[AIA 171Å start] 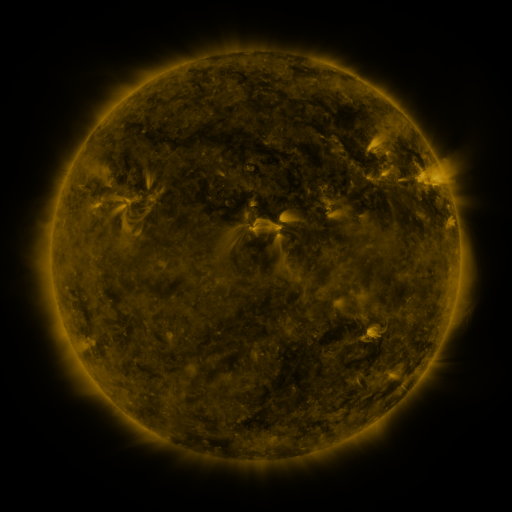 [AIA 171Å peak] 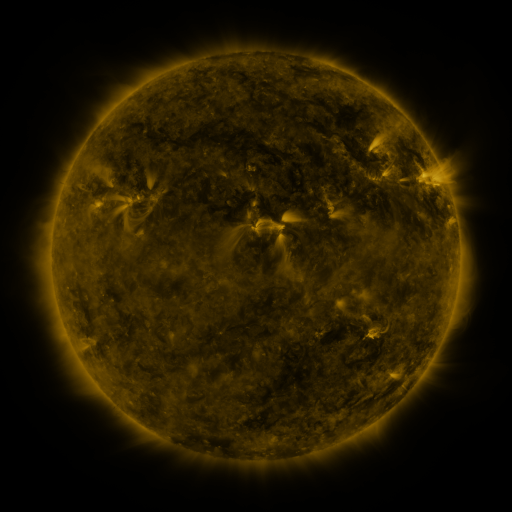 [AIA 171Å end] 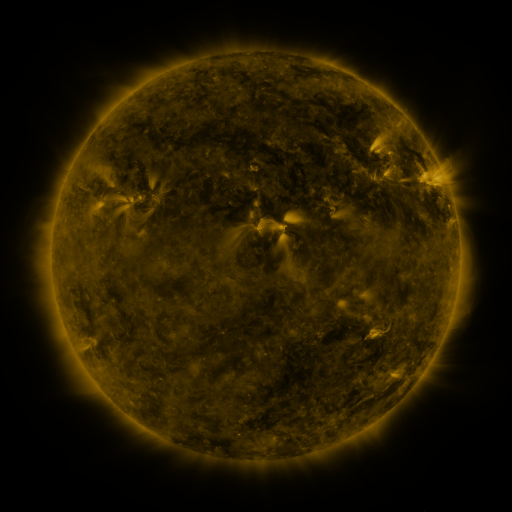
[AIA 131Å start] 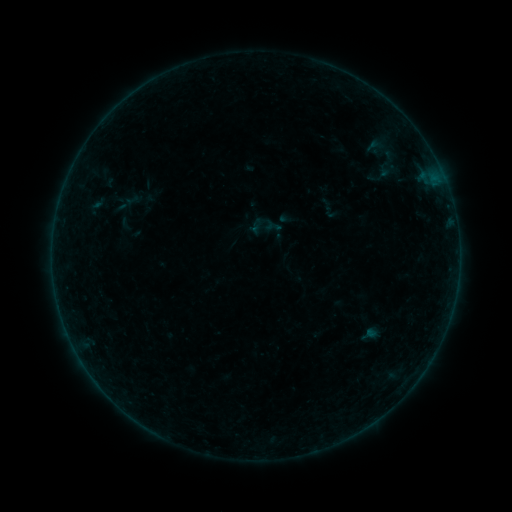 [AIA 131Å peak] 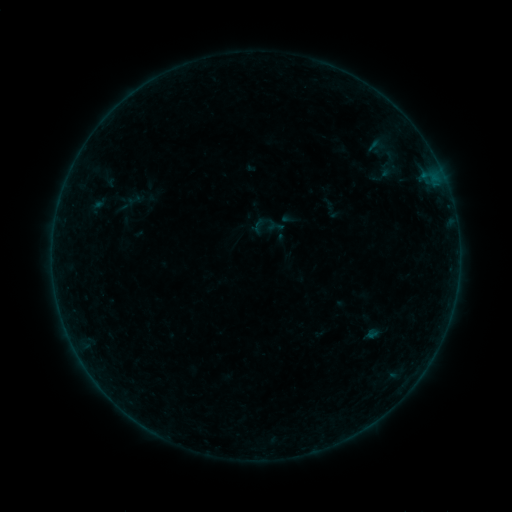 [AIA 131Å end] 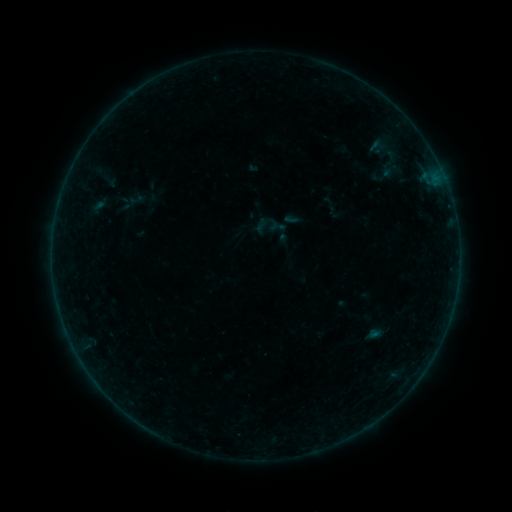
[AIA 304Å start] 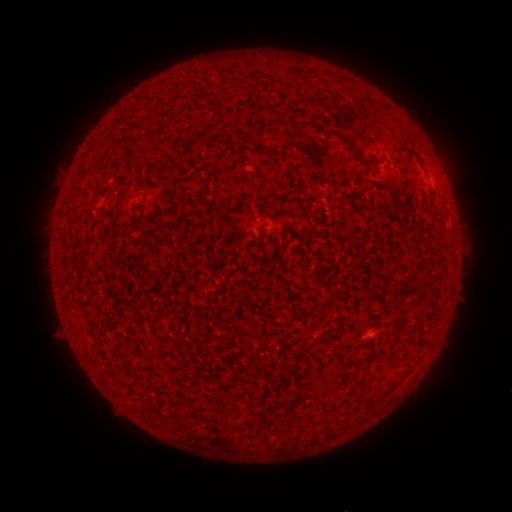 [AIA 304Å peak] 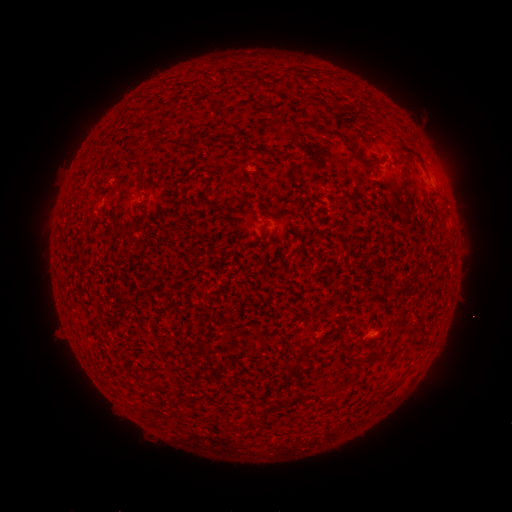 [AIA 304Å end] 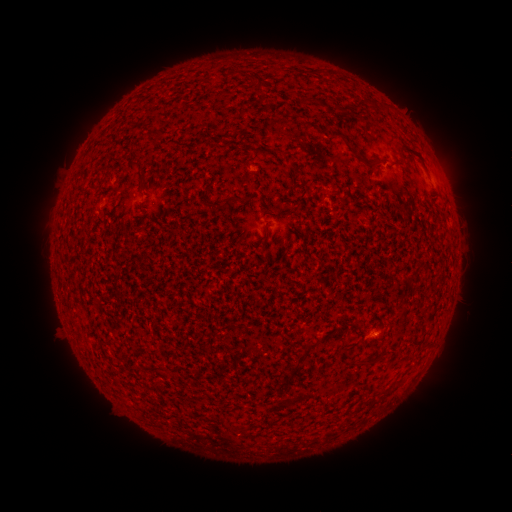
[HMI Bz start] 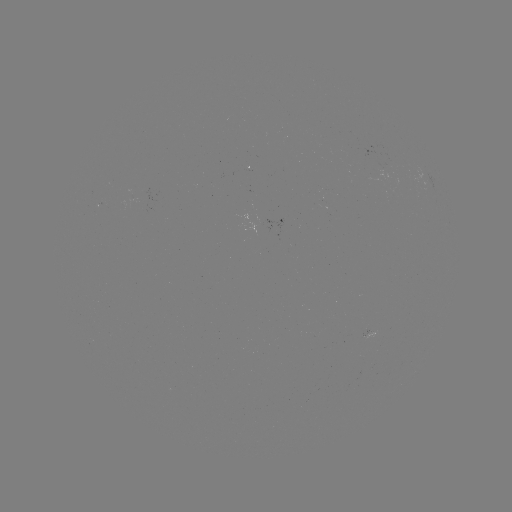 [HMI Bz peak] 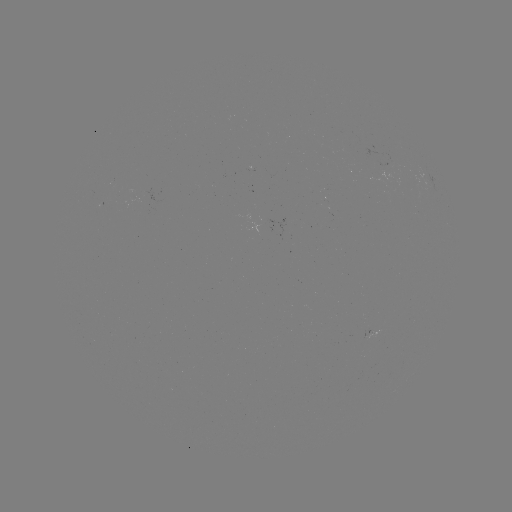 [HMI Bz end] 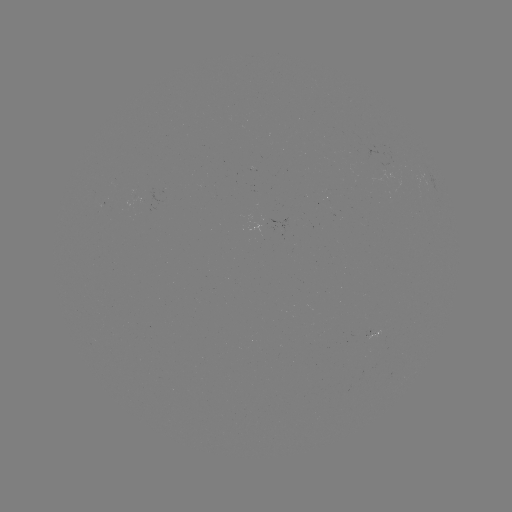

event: filament eruption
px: (151, 438)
